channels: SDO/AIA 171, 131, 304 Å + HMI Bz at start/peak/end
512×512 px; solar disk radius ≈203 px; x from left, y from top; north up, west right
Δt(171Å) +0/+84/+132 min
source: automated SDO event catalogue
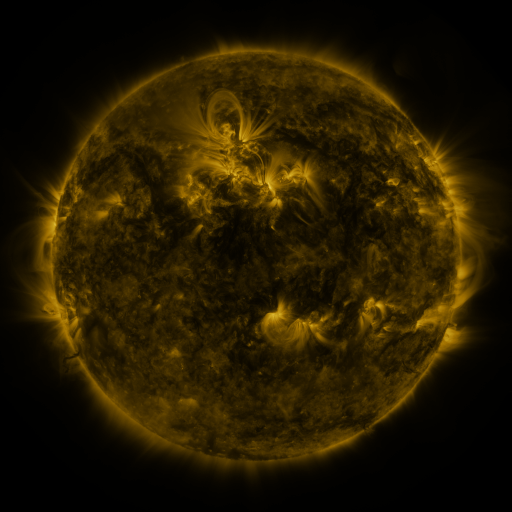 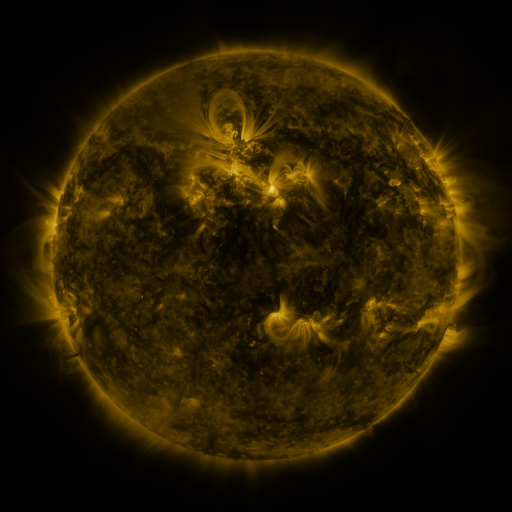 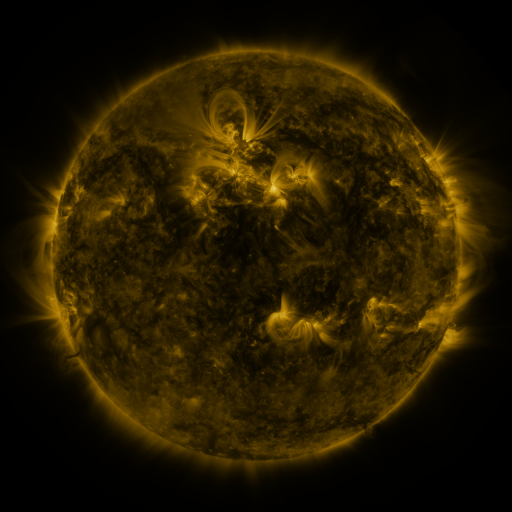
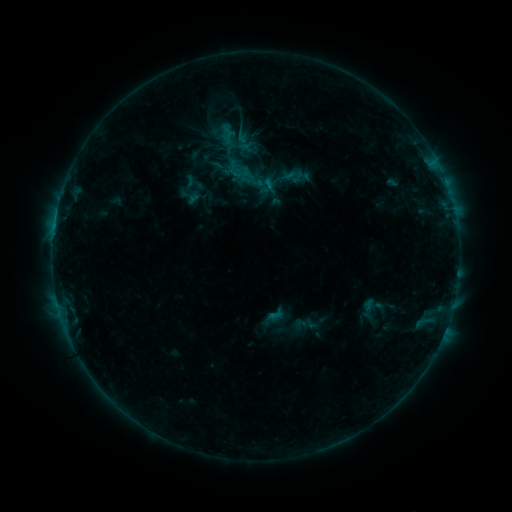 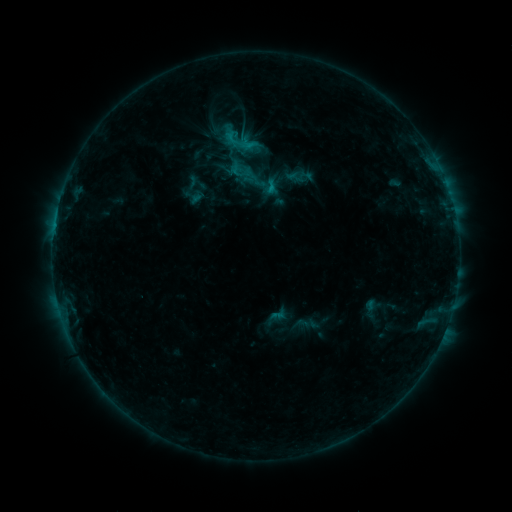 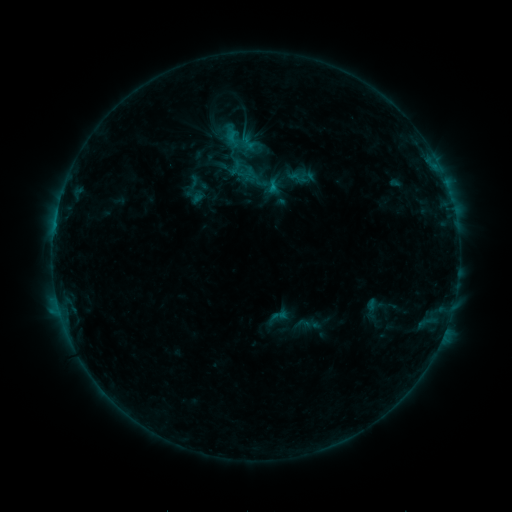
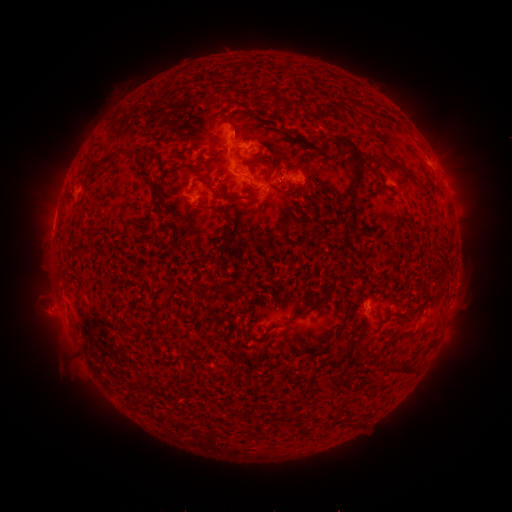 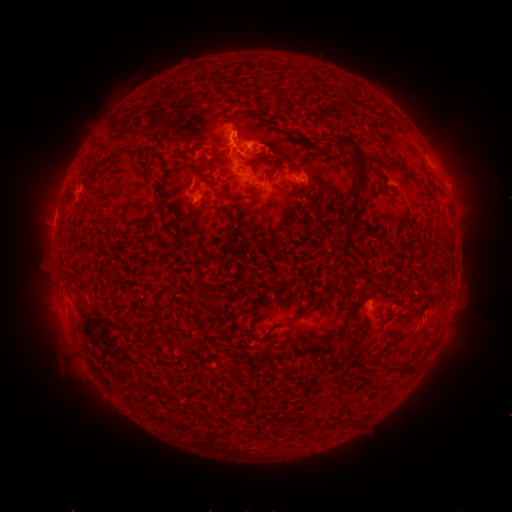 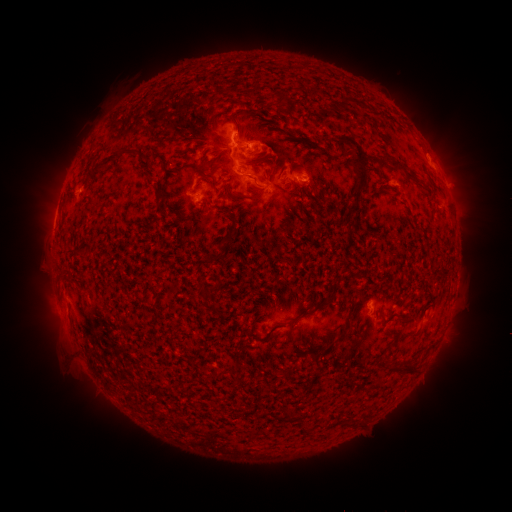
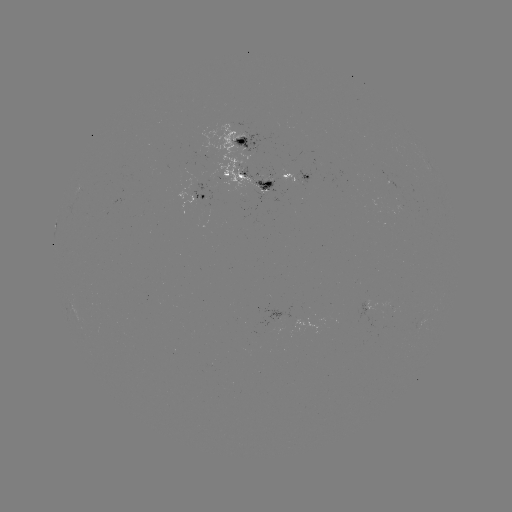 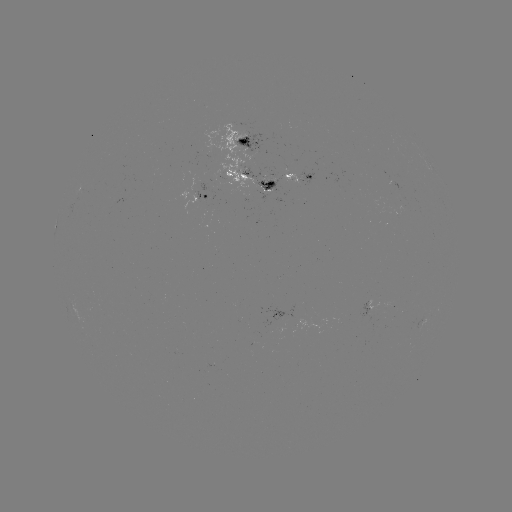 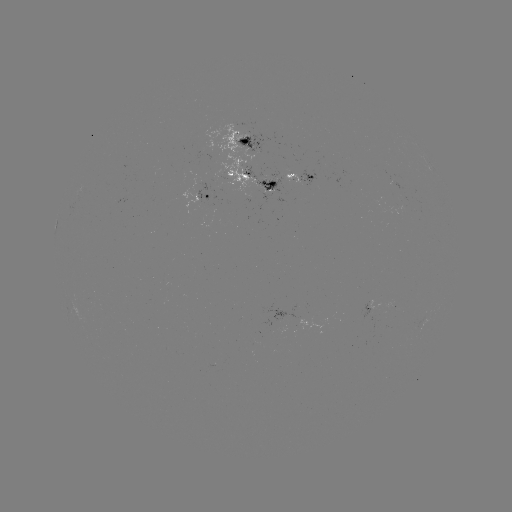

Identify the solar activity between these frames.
C1.5 flare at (269, 192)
